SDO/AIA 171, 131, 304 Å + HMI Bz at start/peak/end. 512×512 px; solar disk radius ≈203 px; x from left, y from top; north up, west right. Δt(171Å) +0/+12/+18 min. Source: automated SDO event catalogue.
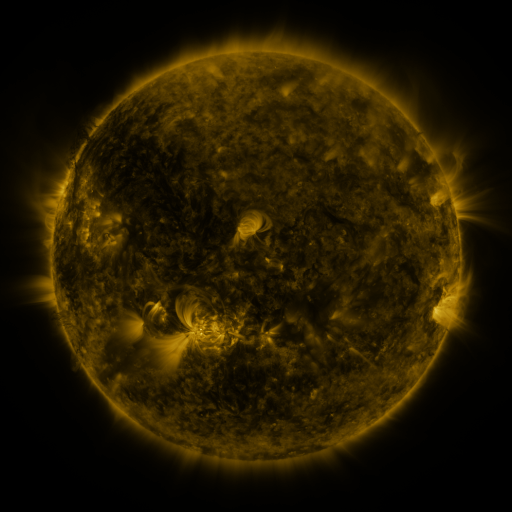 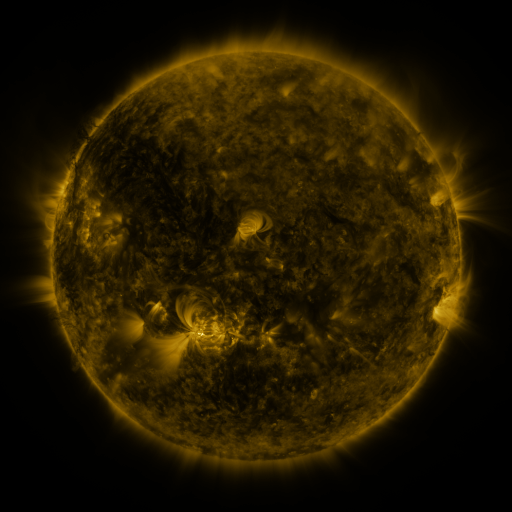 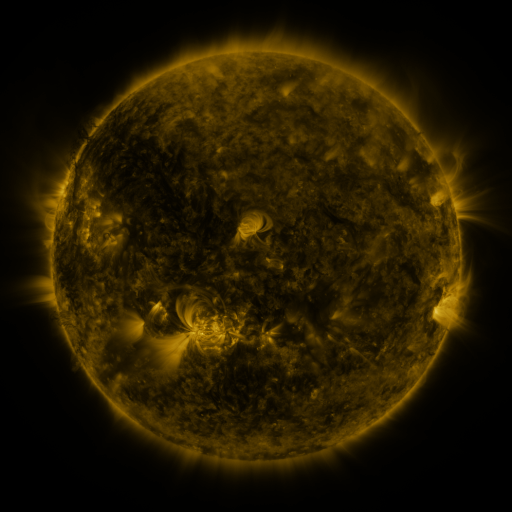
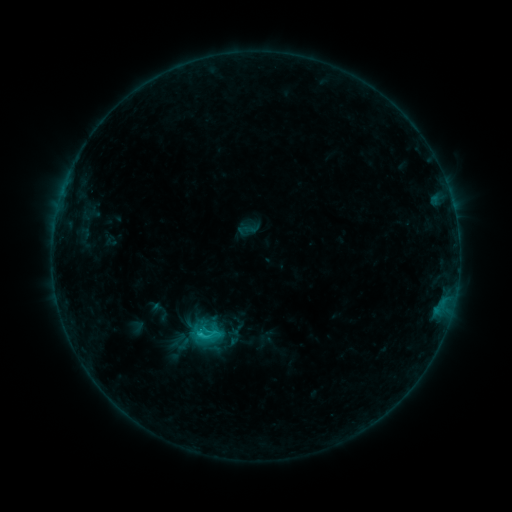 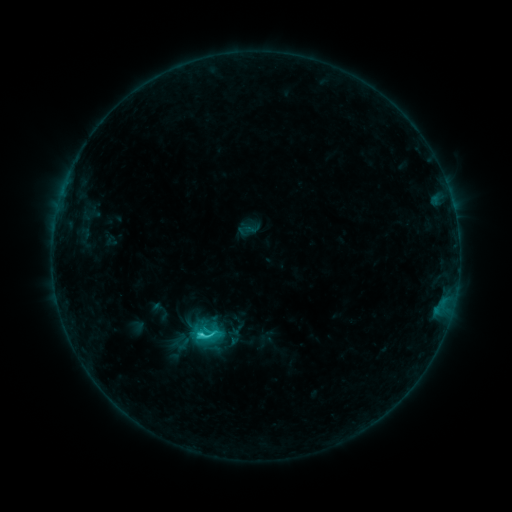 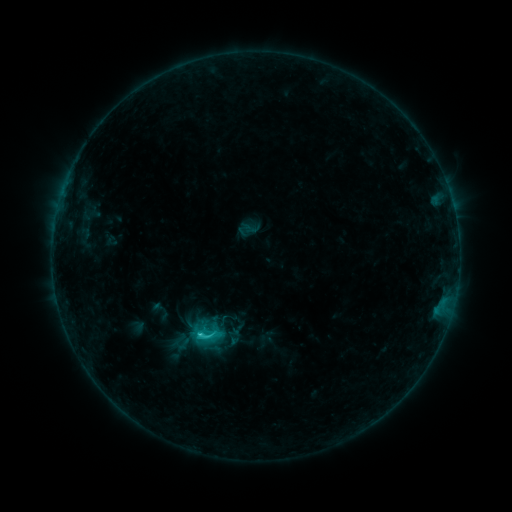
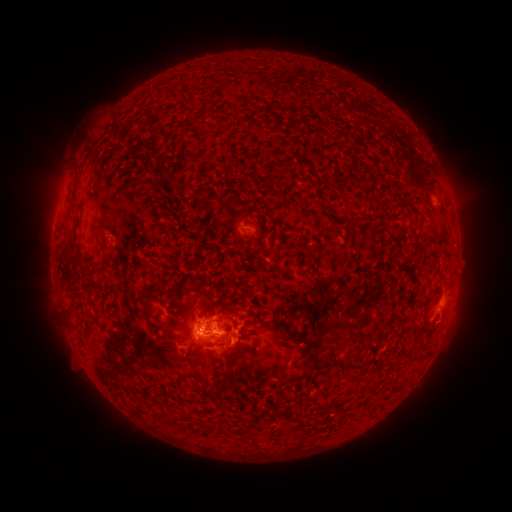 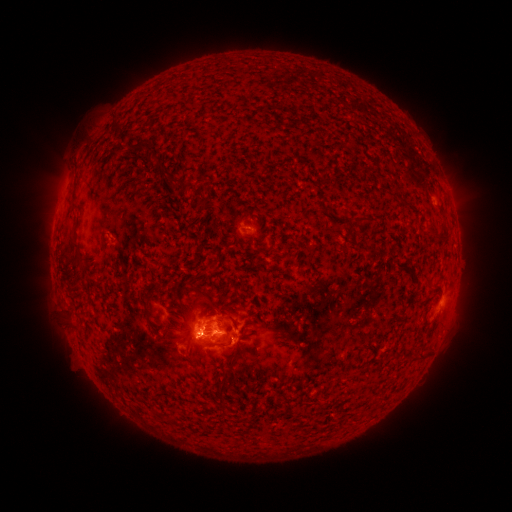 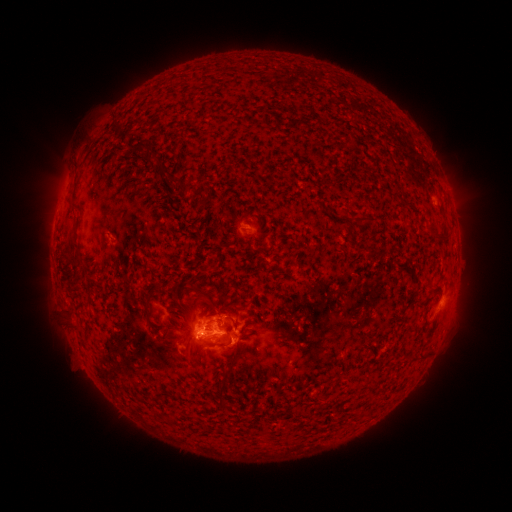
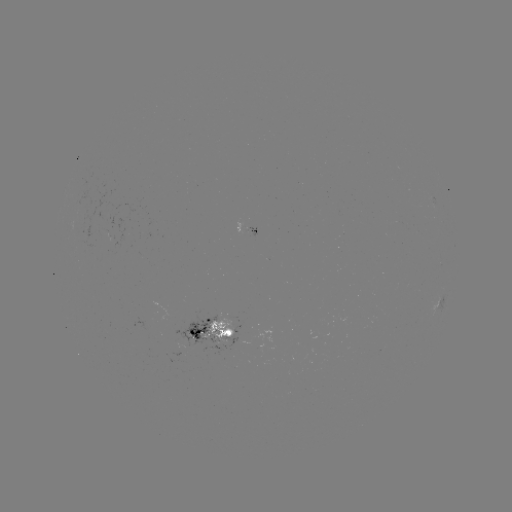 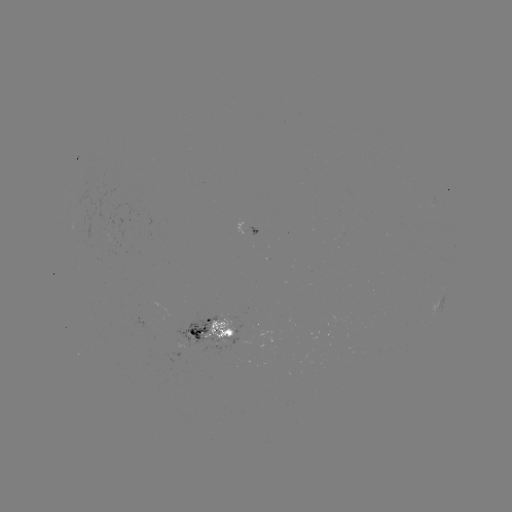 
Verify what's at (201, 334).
C2.2 flare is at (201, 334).